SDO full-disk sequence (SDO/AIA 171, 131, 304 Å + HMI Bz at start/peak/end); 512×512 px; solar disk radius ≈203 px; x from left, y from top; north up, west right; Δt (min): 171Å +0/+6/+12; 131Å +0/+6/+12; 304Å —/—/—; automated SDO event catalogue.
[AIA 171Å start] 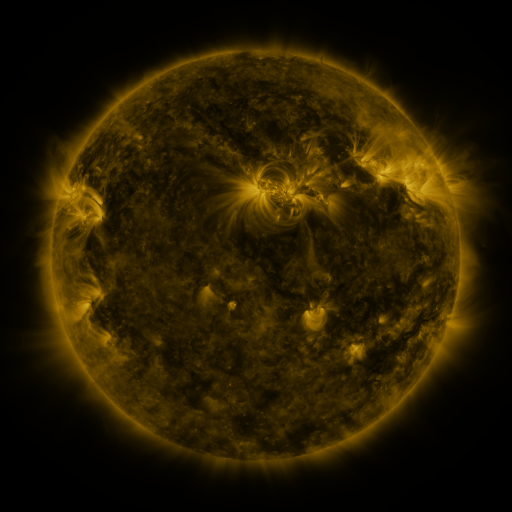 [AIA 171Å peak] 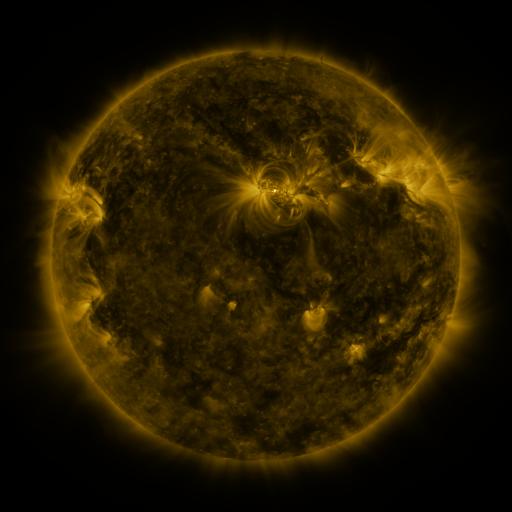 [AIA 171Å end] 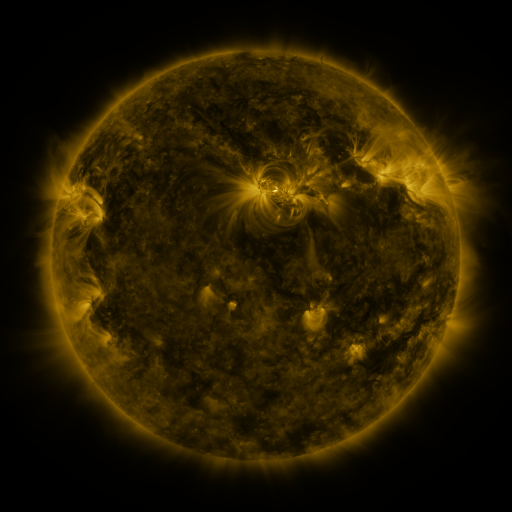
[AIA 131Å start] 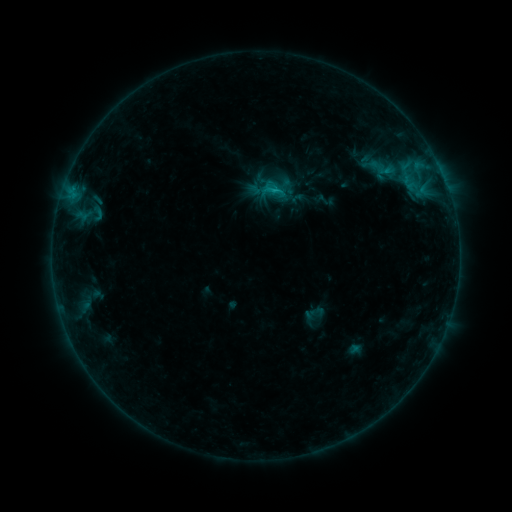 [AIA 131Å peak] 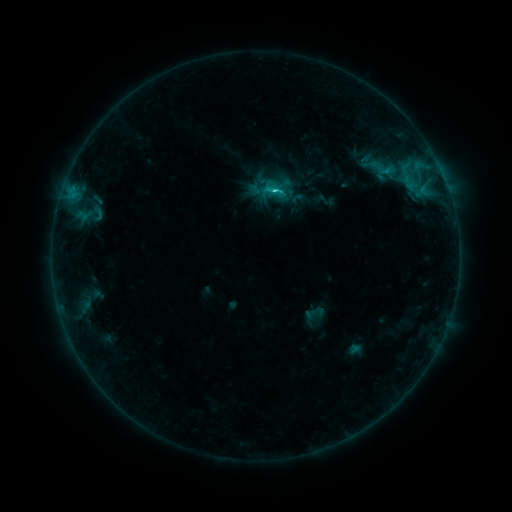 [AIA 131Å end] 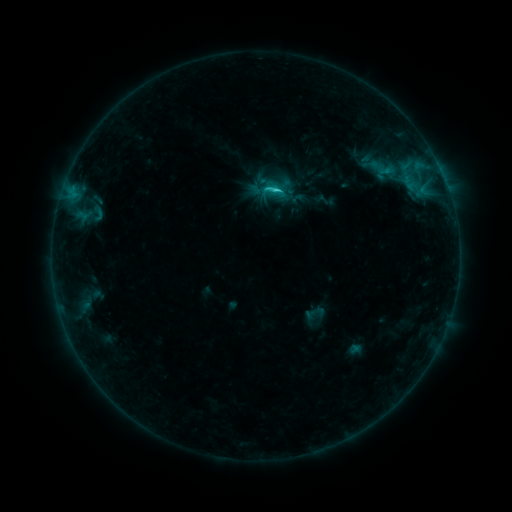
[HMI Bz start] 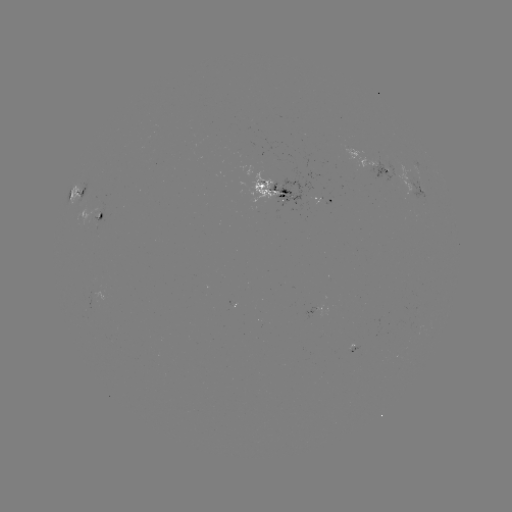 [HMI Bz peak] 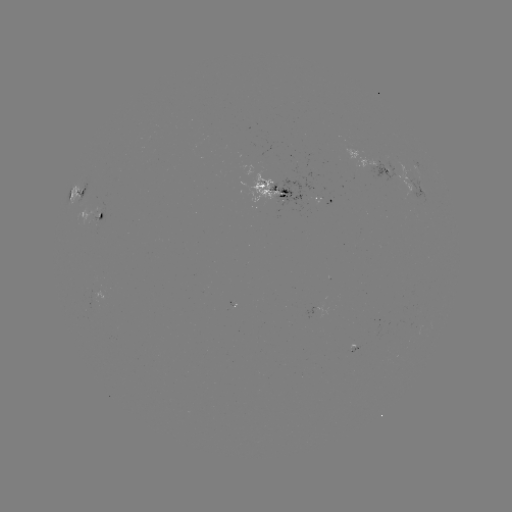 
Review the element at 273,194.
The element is C2.3 flare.